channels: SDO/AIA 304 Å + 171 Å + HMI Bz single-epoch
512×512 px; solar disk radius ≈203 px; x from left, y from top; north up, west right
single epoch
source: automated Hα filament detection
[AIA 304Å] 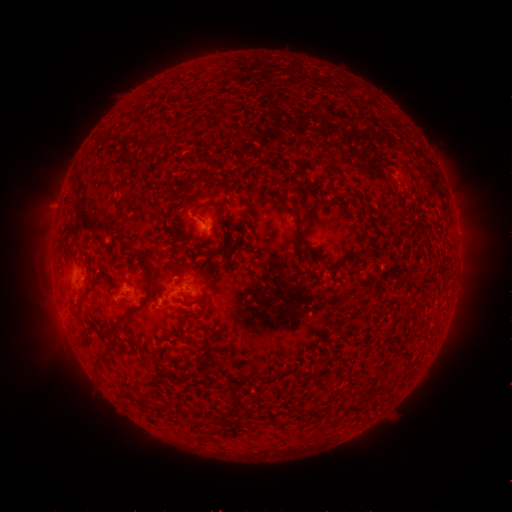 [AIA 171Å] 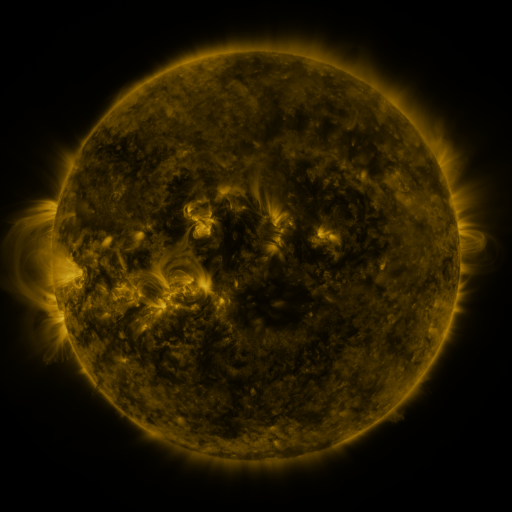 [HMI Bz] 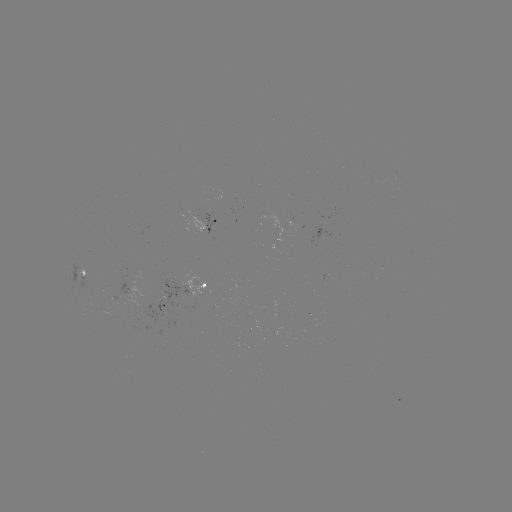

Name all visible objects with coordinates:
filament: (154, 143)
filament: (188, 182)
filament: (209, 202)
filament: (296, 211)
filament: (302, 238)
filament: (147, 262)
filament: (80, 301)
filament: (116, 323)
filament: (302, 420)
